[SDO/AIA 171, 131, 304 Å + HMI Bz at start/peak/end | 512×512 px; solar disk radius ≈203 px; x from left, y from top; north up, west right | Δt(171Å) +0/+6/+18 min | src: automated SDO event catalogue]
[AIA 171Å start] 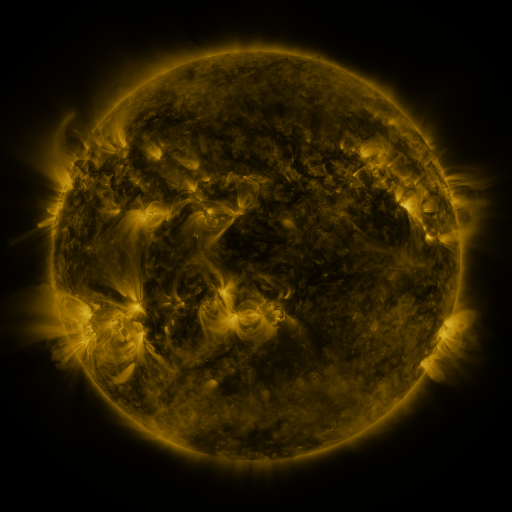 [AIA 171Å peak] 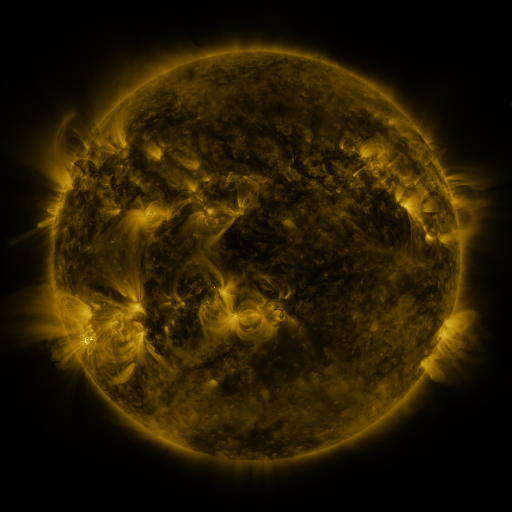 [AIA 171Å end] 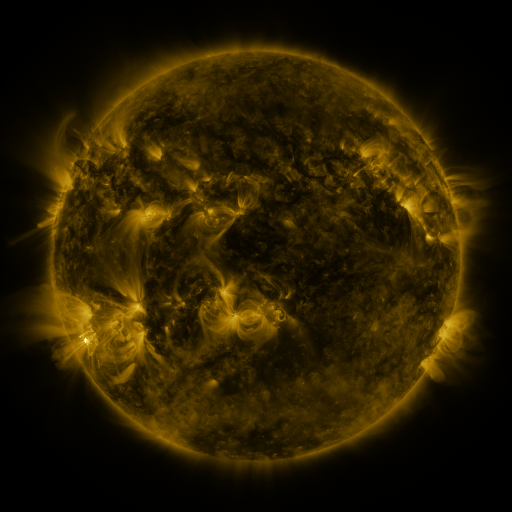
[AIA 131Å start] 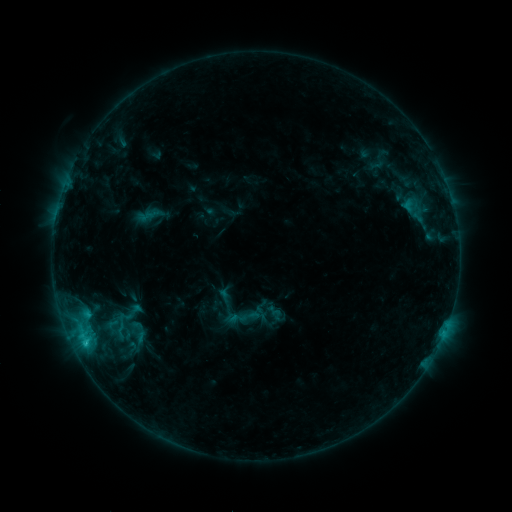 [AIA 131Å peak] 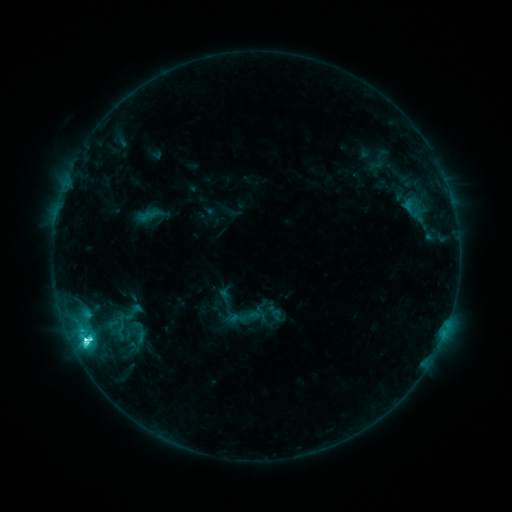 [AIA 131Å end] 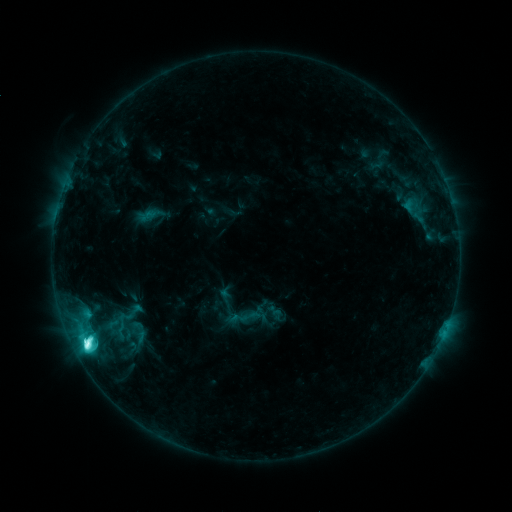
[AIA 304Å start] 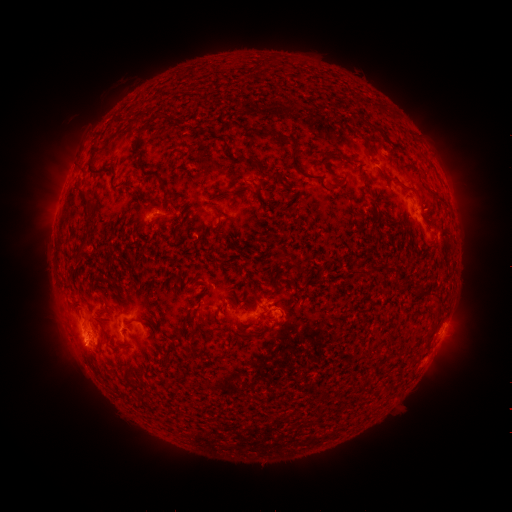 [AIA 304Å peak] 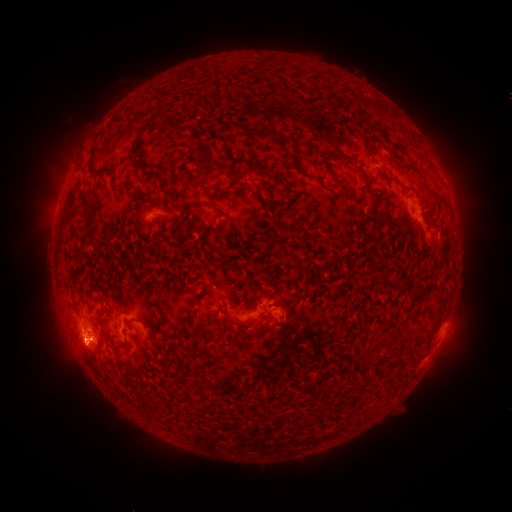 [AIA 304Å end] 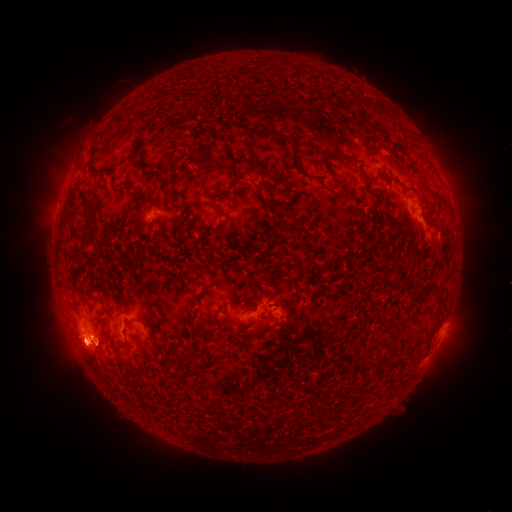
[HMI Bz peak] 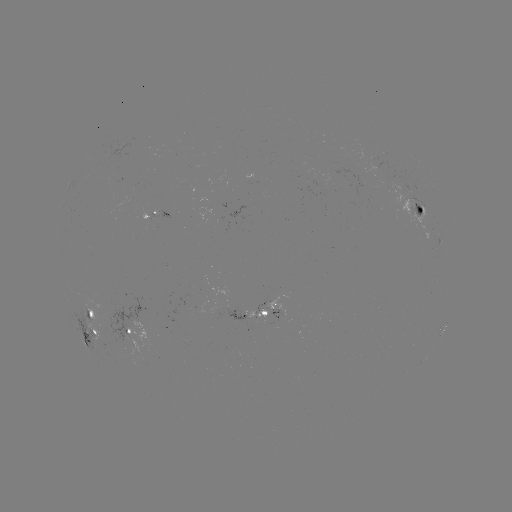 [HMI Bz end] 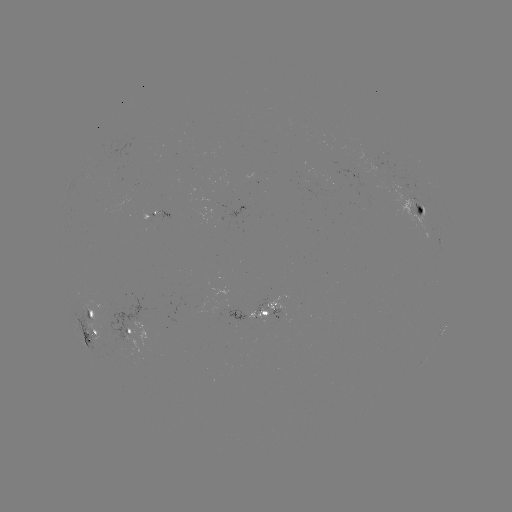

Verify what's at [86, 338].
M2.0 flare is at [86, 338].